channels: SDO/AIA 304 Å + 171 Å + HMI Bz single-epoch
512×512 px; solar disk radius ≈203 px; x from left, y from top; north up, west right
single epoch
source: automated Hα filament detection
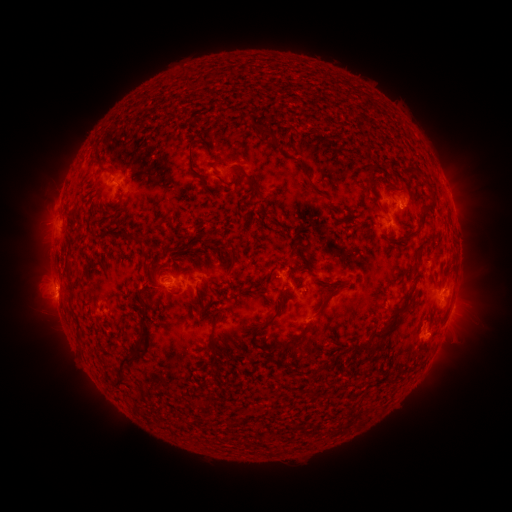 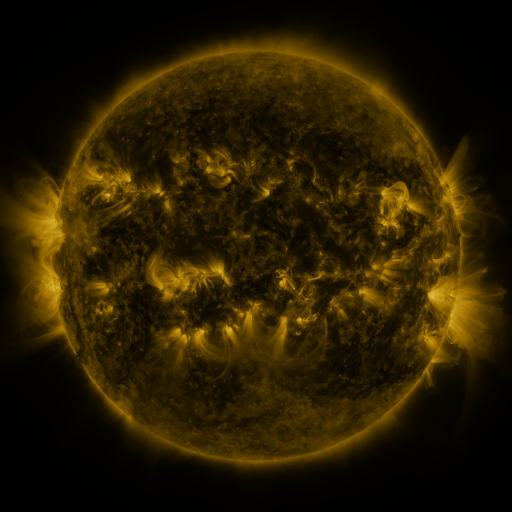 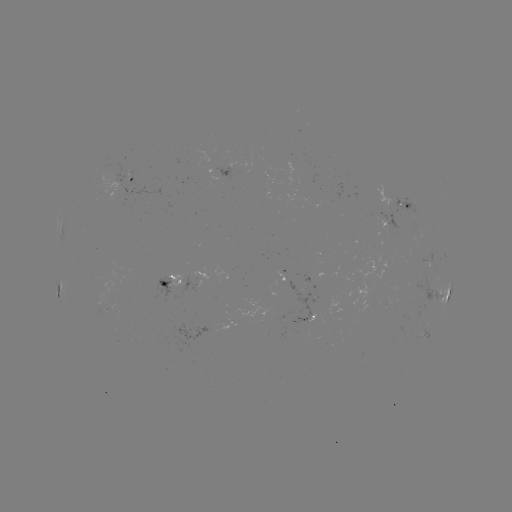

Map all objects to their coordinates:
filament: (177, 70, 196, 79)
filament: (180, 79, 194, 93)
filament: (155, 83, 179, 101)
filament: (141, 109, 151, 117)
filament: (249, 121, 278, 148)
filament: (185, 151, 208, 191)
filament: (213, 159, 225, 167)
filament: (411, 163, 420, 172)
filament: (363, 166, 373, 180)
filament: (238, 169, 254, 193)
filament: (424, 182, 435, 201)
filament: (315, 187, 328, 197)
filament: (416, 203, 427, 226)
filament: (62, 210, 78, 227)
filament: (120, 232, 144, 246)
filament: (182, 243, 192, 252)
filament: (226, 243, 238, 268)
filament: (415, 246, 423, 256)
filament: (140, 260, 147, 272)
filament: (402, 283, 416, 300)
filament: (260, 288, 287, 327)
filament: (316, 295, 330, 312)
filament: (197, 299, 205, 316)
filament: (116, 306, 151, 390)
filament: (210, 311, 223, 354)
filament: (373, 324, 394, 340)
filament: (76, 326, 83, 344)
filament: (281, 335, 302, 351)
filament: (353, 340, 378, 356)
filament: (205, 356, 220, 367)
